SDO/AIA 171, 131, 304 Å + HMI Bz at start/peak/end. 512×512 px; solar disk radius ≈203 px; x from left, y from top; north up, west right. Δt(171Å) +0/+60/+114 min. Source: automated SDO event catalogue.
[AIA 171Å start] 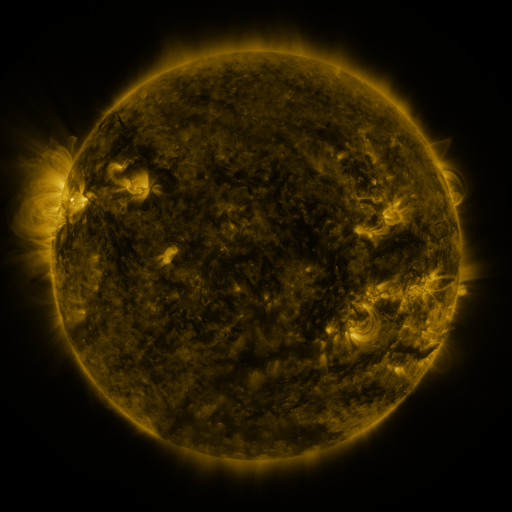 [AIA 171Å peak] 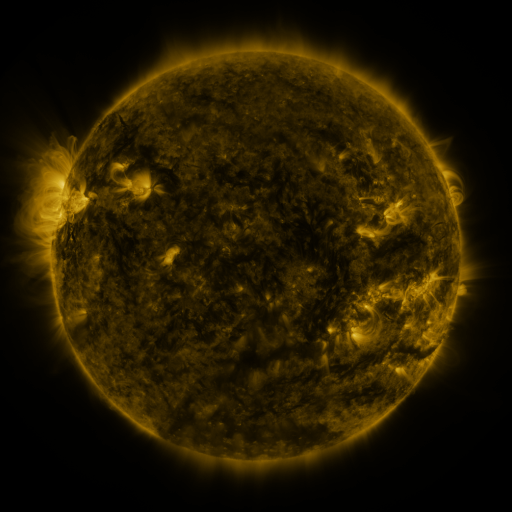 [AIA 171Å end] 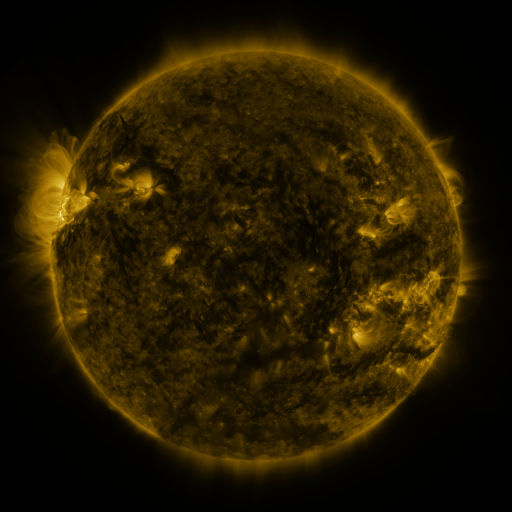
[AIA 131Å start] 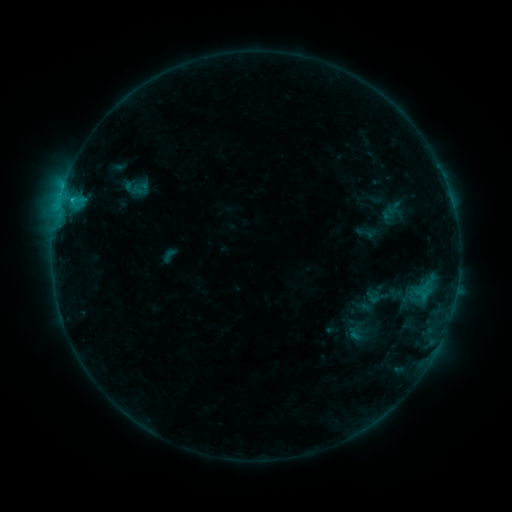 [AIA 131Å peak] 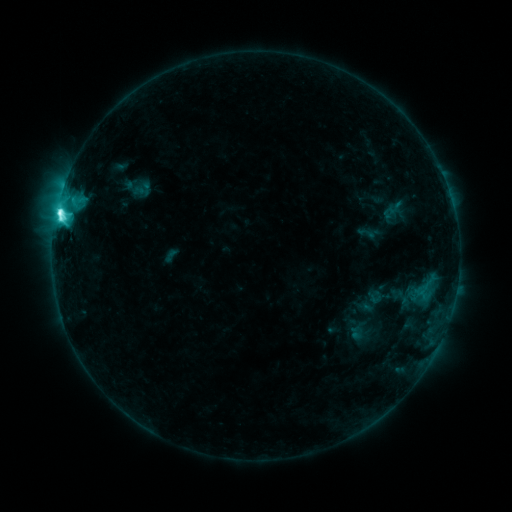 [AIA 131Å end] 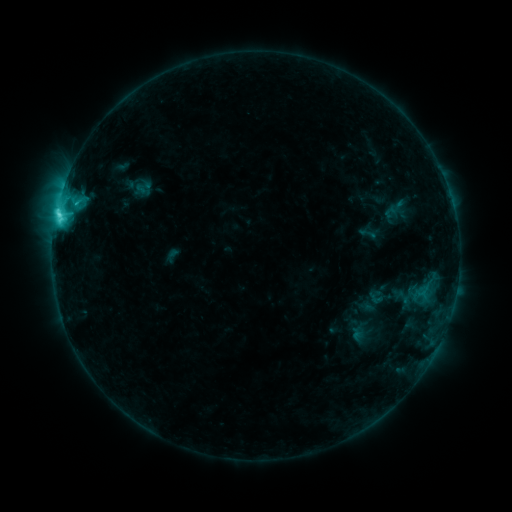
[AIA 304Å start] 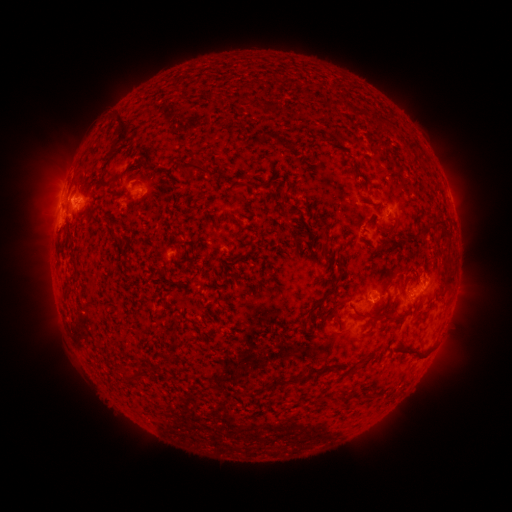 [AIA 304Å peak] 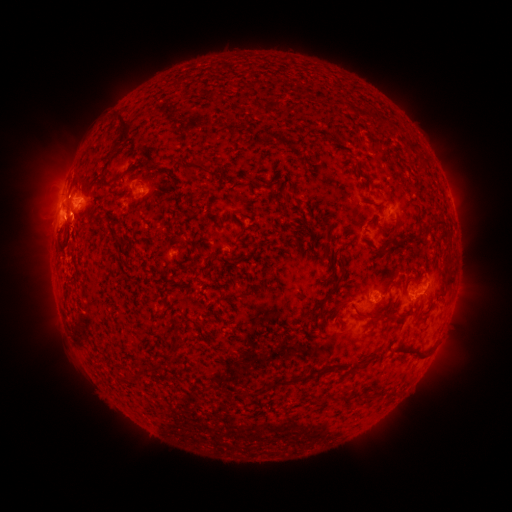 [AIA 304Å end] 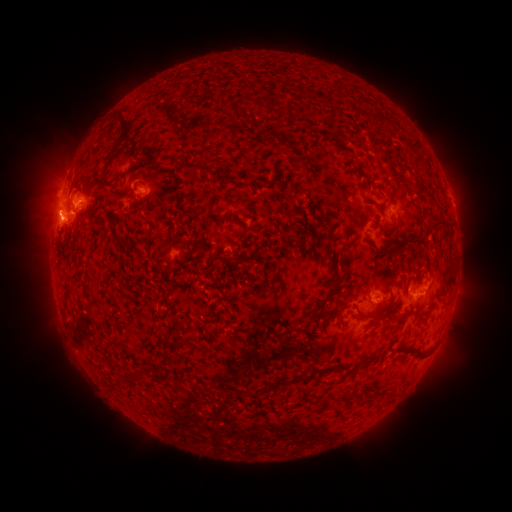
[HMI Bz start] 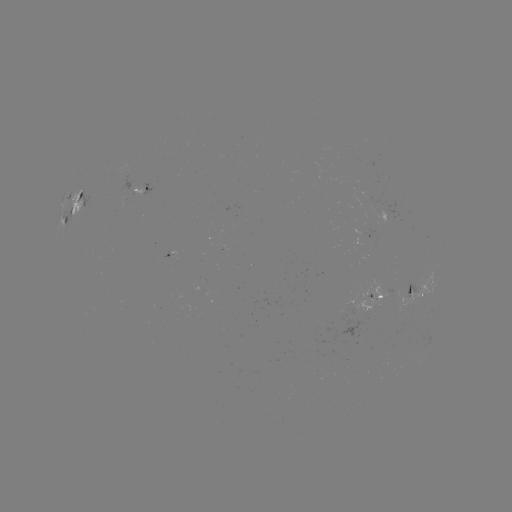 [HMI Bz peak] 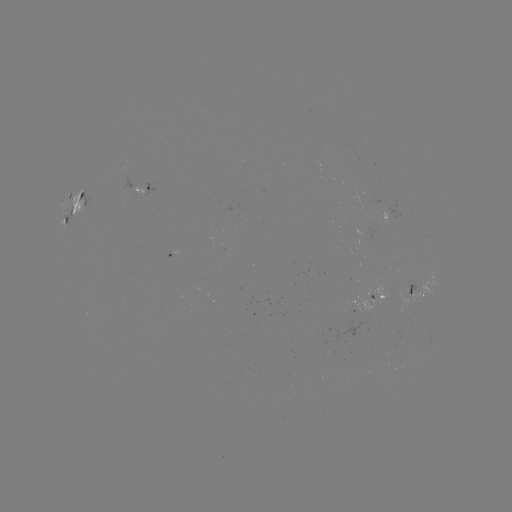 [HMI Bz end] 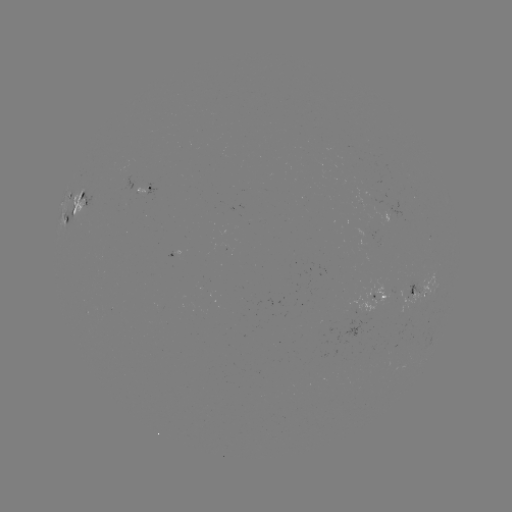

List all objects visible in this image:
M1.1 flare: (60, 213)
